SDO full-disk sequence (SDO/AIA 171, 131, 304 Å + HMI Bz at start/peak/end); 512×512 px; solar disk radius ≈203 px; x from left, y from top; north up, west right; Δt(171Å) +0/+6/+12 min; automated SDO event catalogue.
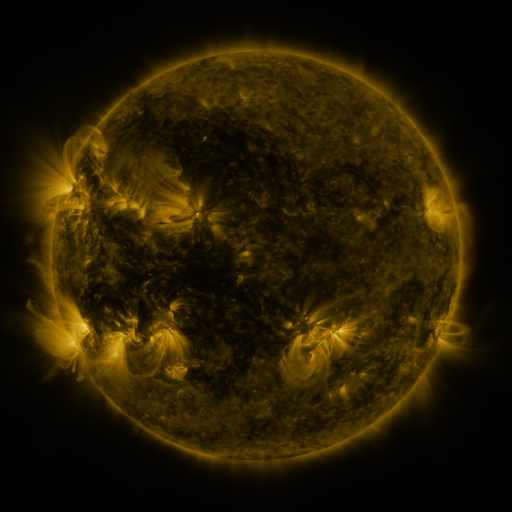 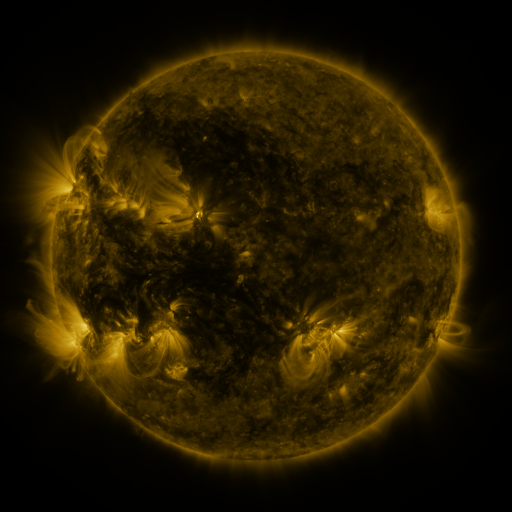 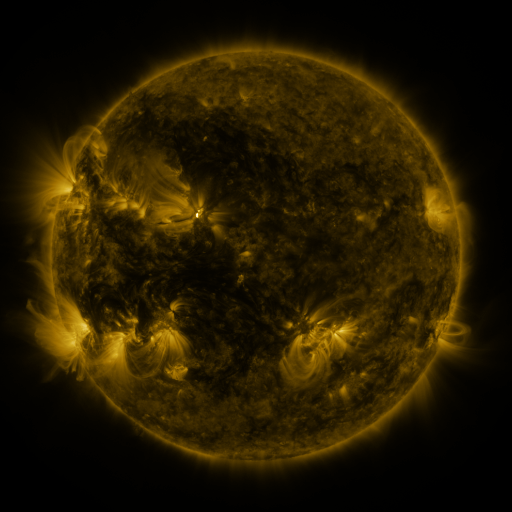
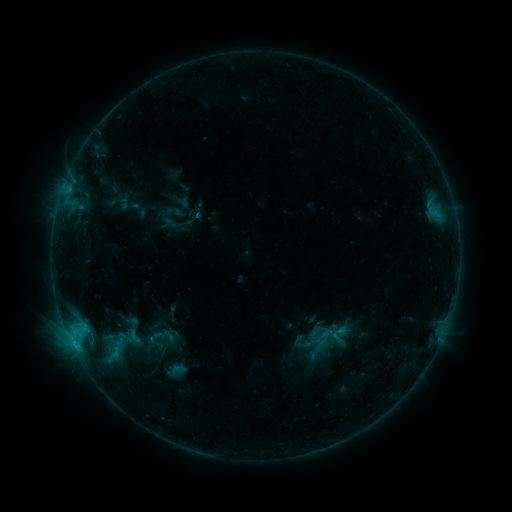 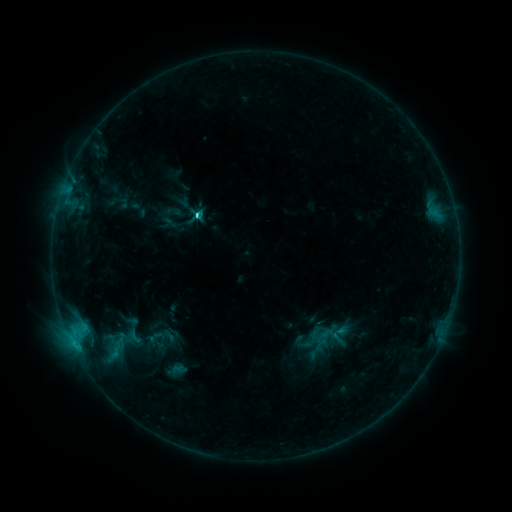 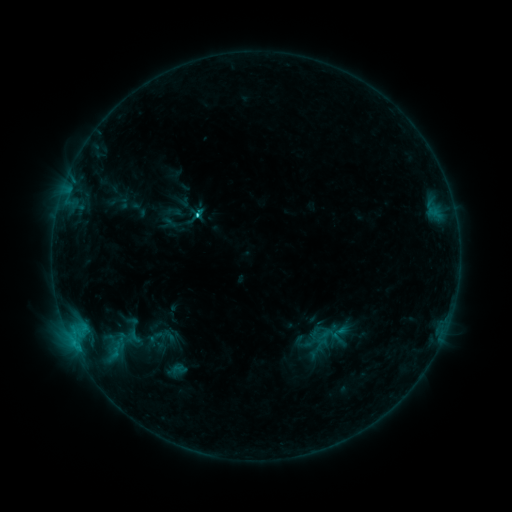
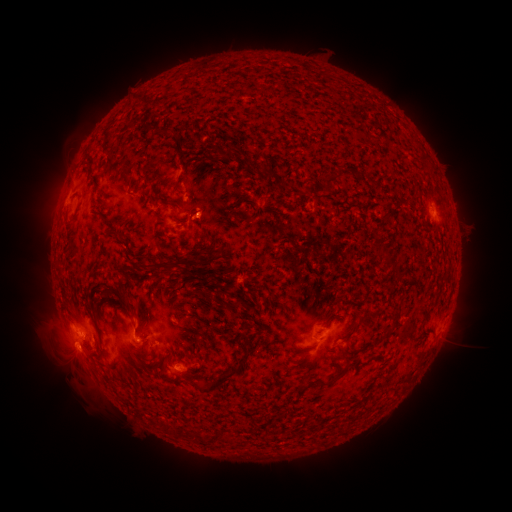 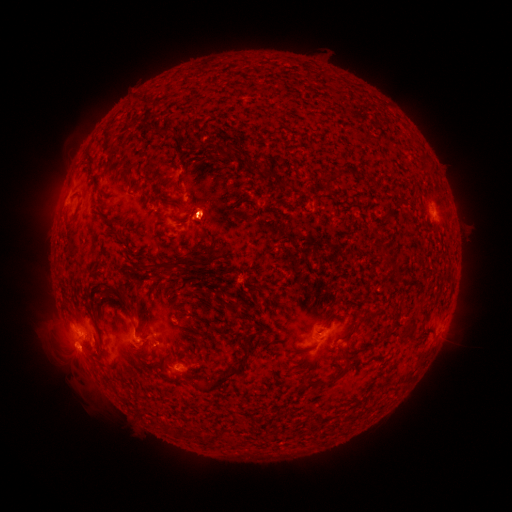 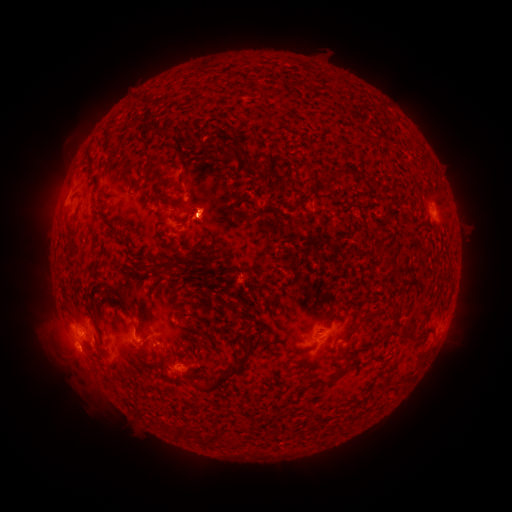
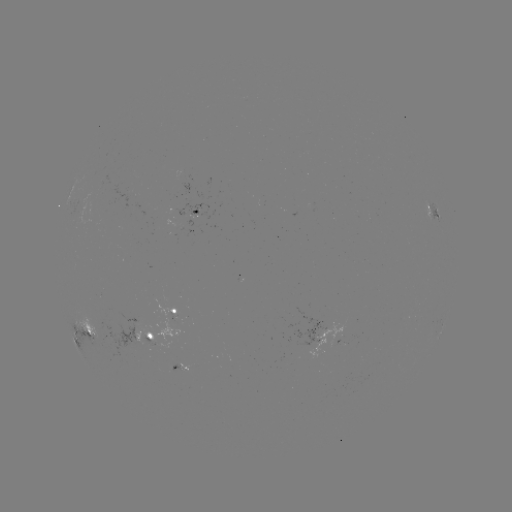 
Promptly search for C2.5 flare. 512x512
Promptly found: [198, 217].